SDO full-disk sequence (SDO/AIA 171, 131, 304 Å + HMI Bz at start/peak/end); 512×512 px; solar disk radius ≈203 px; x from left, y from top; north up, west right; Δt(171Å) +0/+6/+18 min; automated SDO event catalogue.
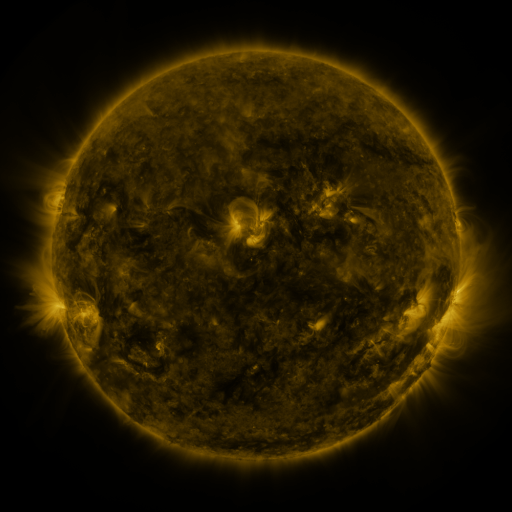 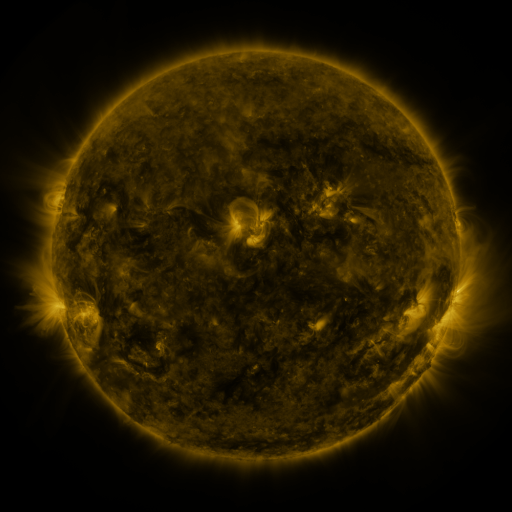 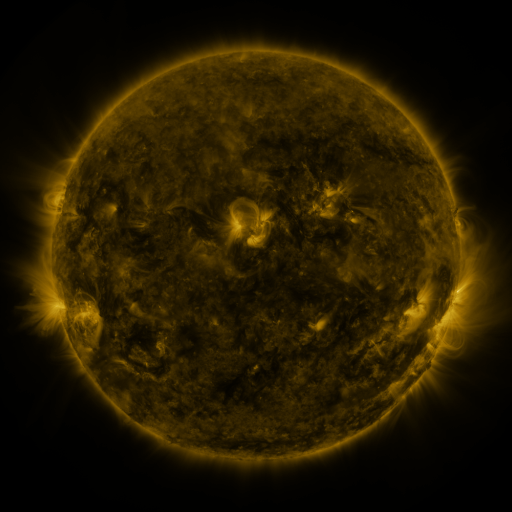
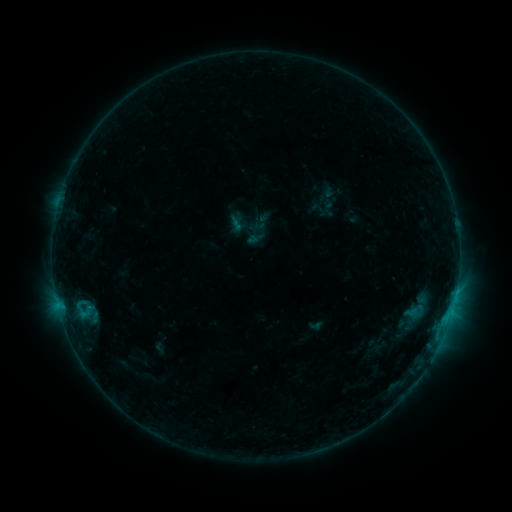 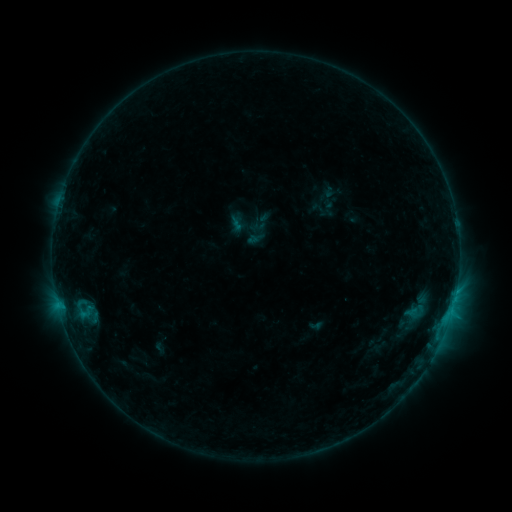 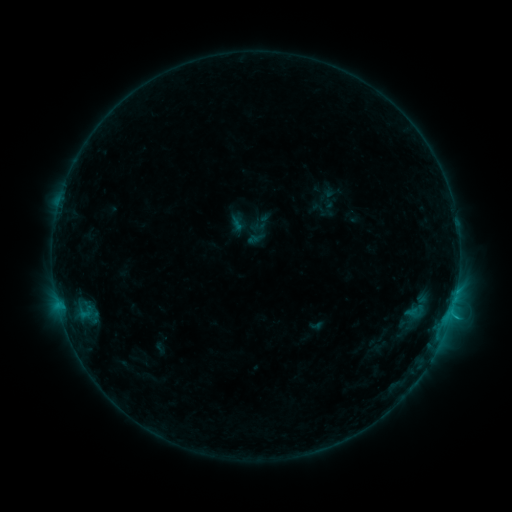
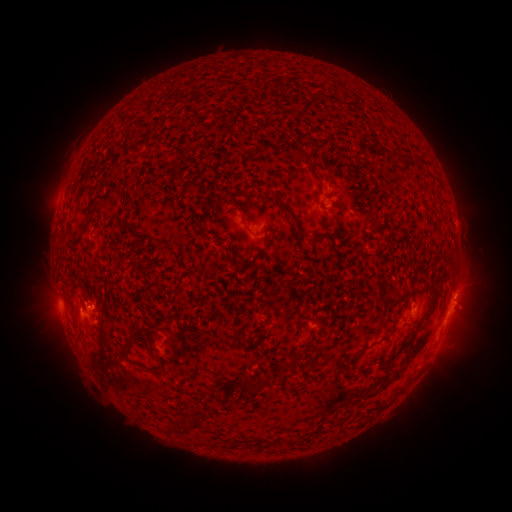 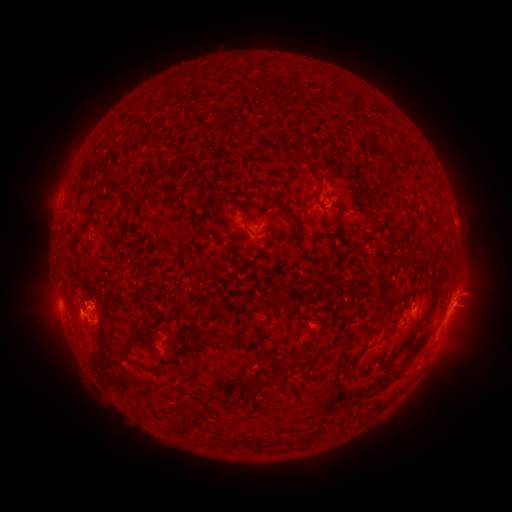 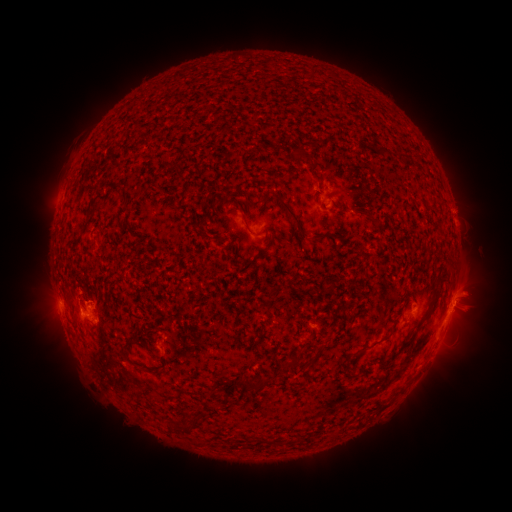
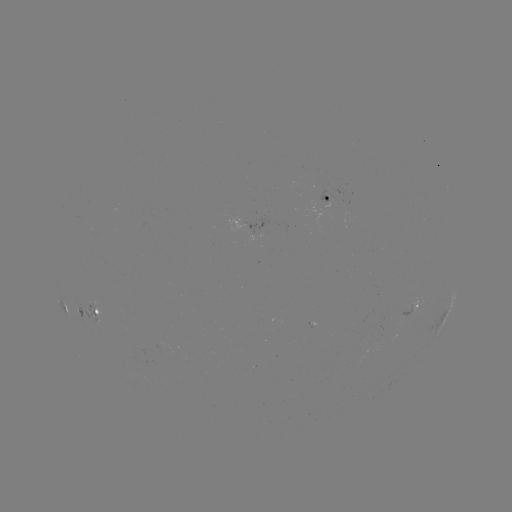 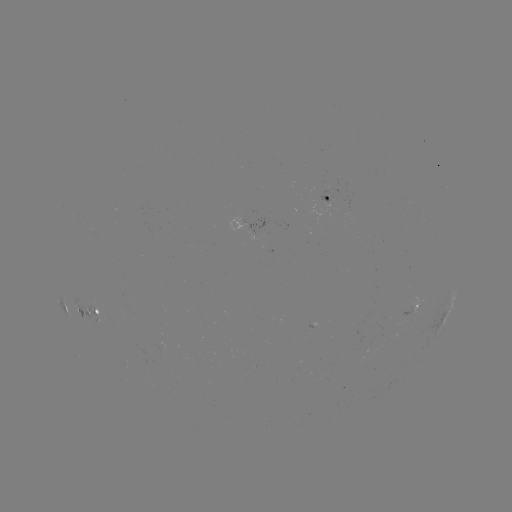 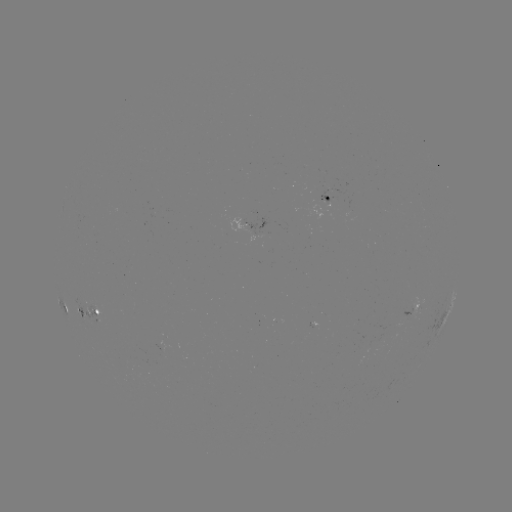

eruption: [438, 264, 503, 335]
